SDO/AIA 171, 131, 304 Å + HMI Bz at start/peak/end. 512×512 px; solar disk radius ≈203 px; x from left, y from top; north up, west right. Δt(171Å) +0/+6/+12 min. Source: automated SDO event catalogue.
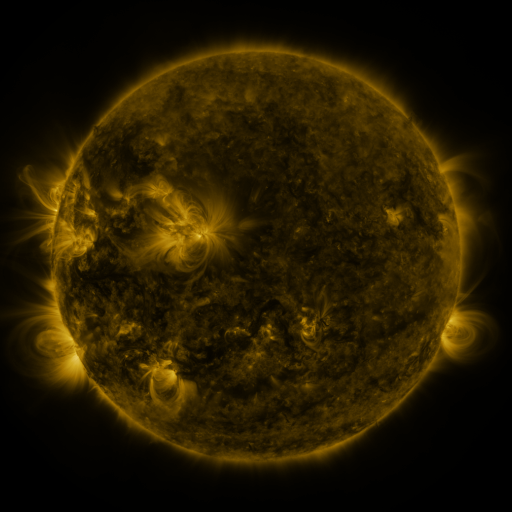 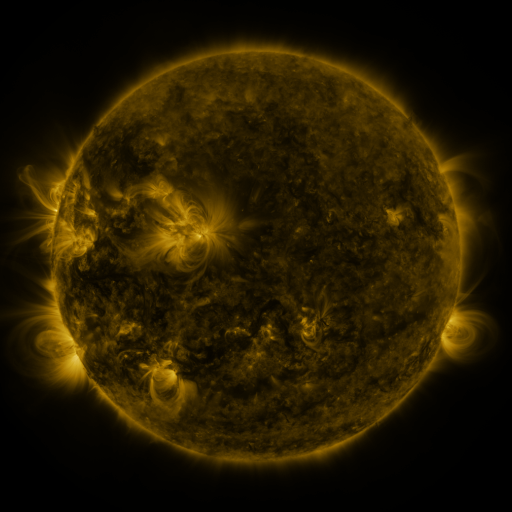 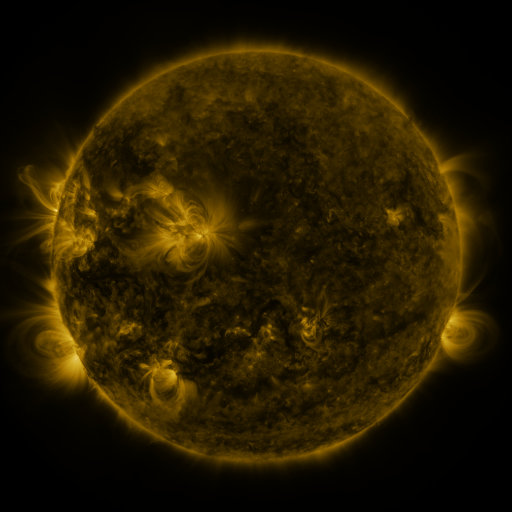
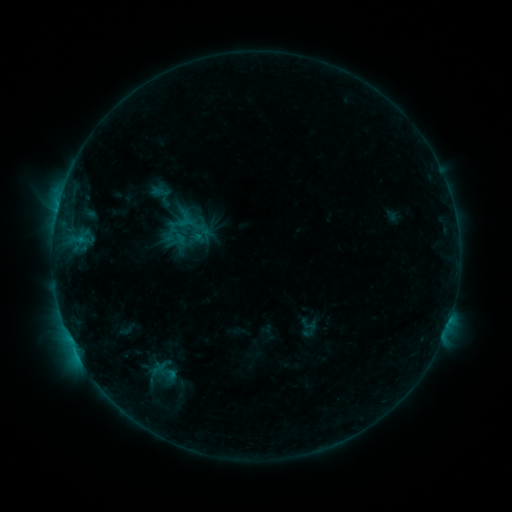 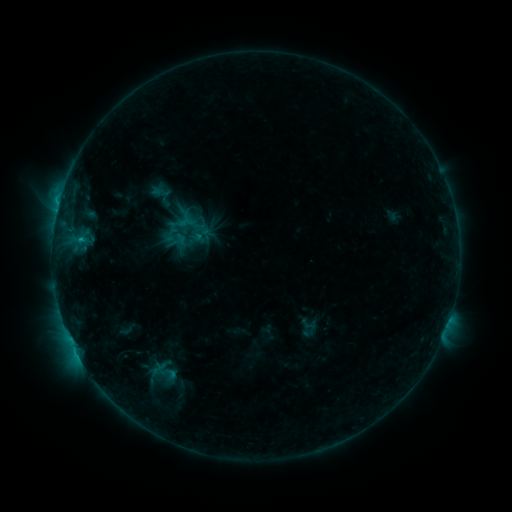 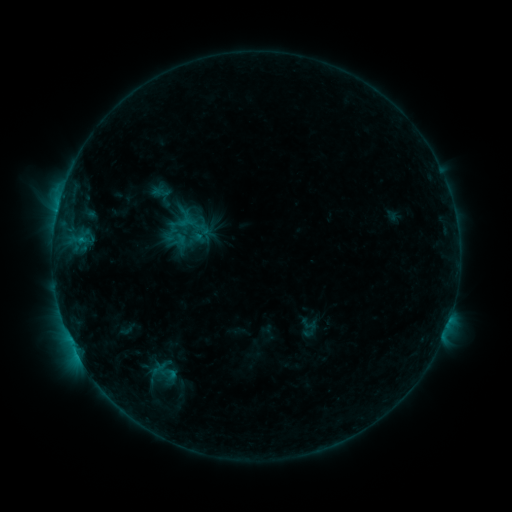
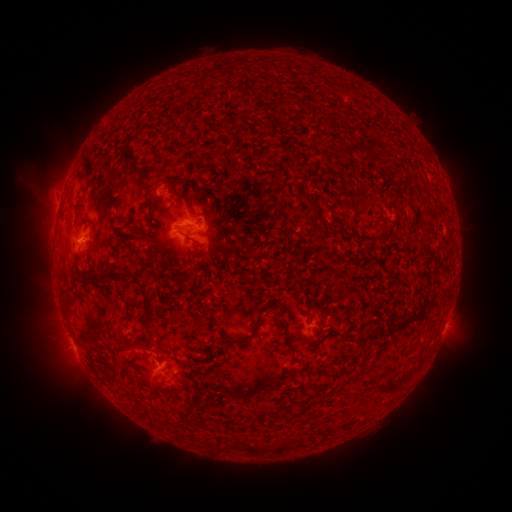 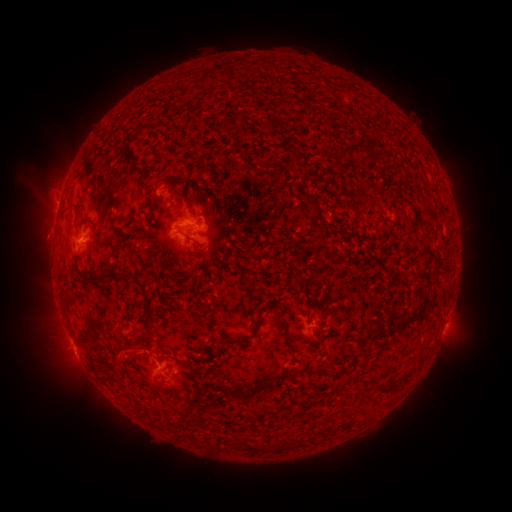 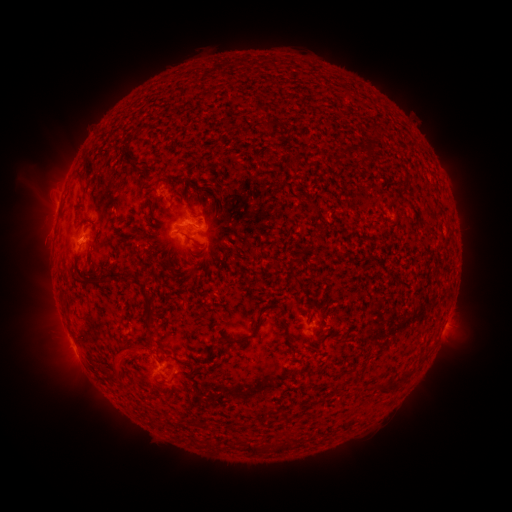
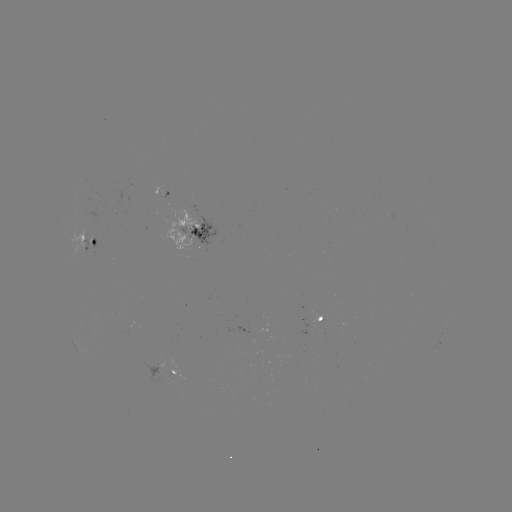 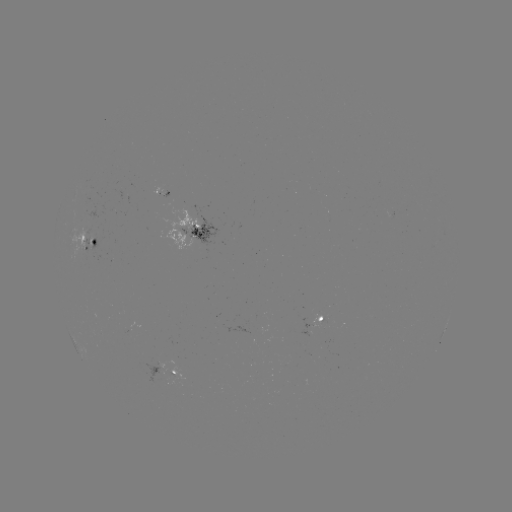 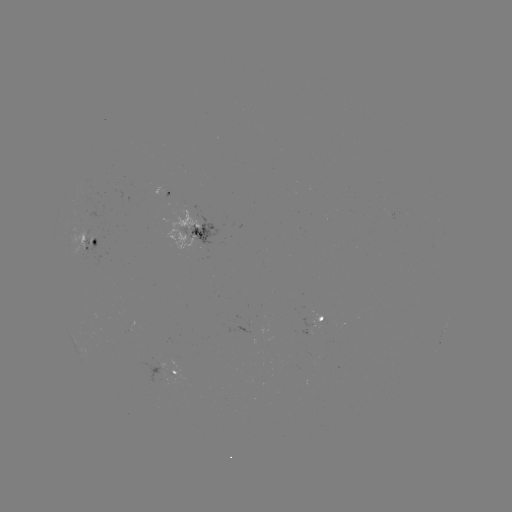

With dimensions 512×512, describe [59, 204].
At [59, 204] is C1.0 flare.